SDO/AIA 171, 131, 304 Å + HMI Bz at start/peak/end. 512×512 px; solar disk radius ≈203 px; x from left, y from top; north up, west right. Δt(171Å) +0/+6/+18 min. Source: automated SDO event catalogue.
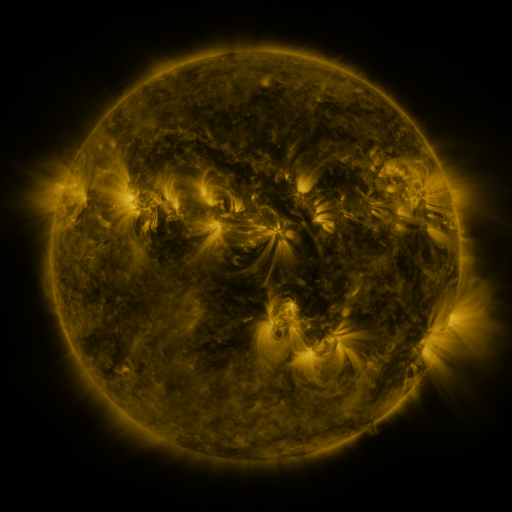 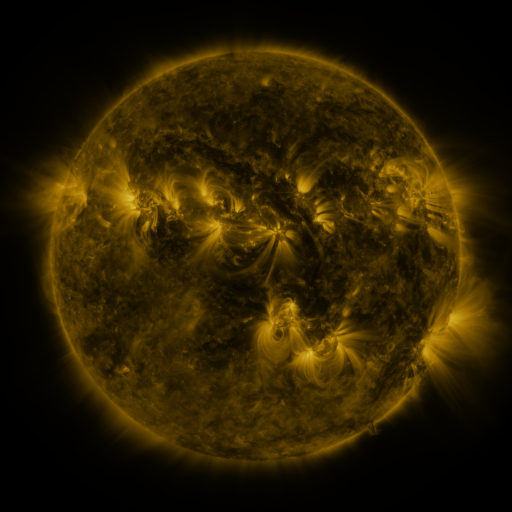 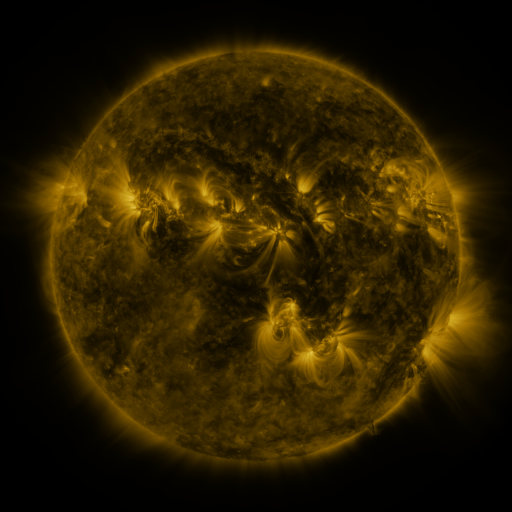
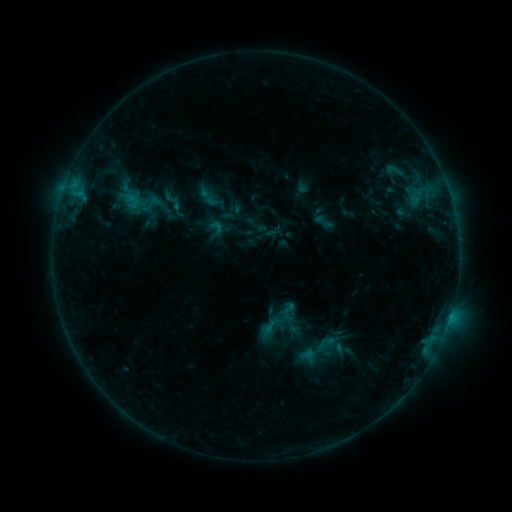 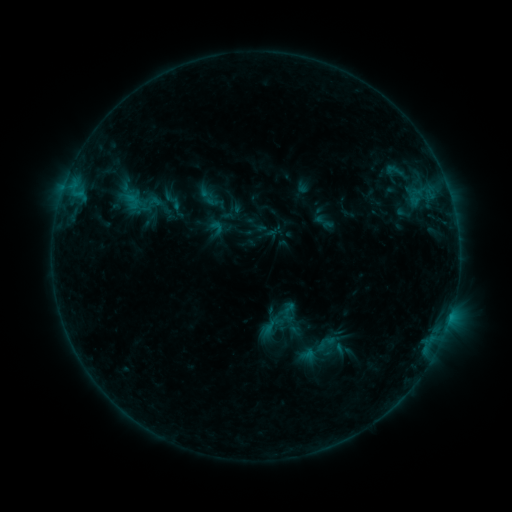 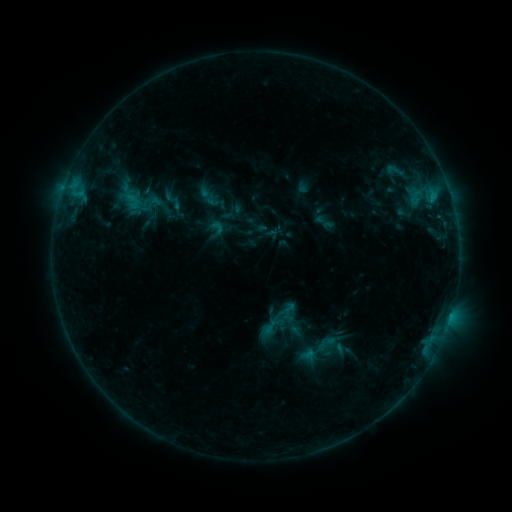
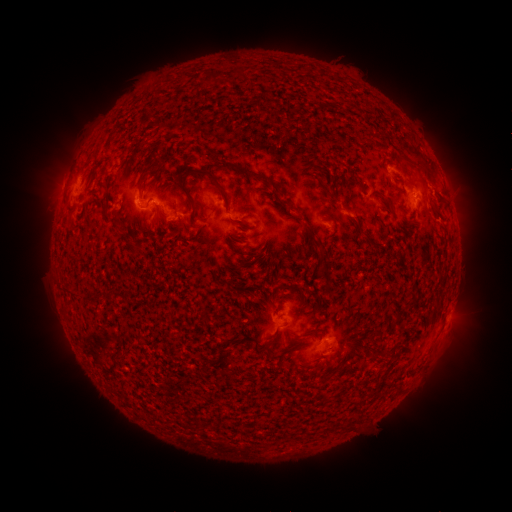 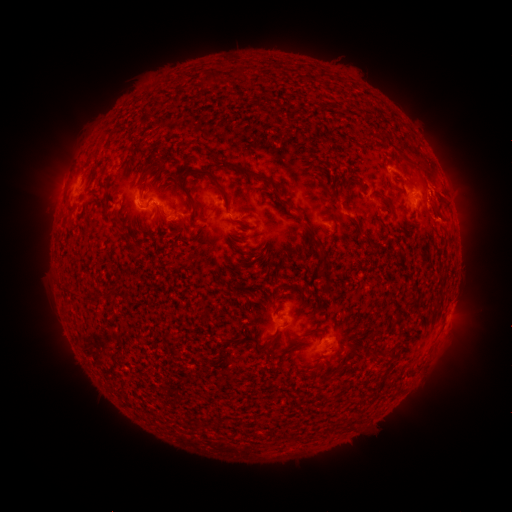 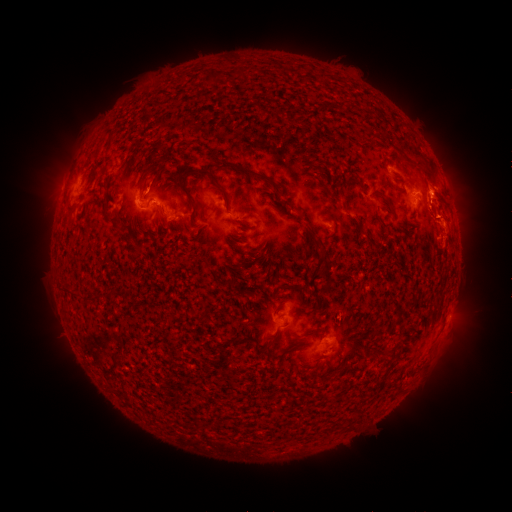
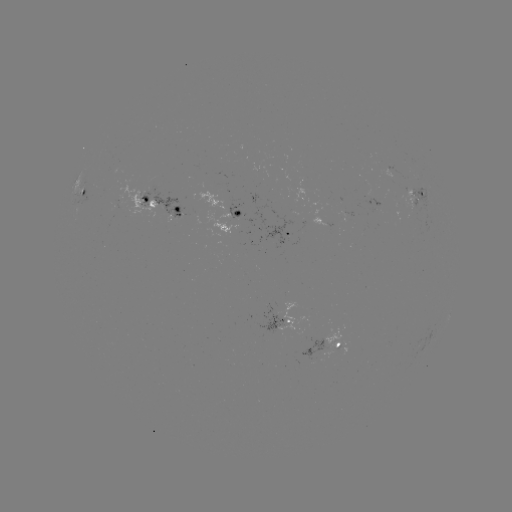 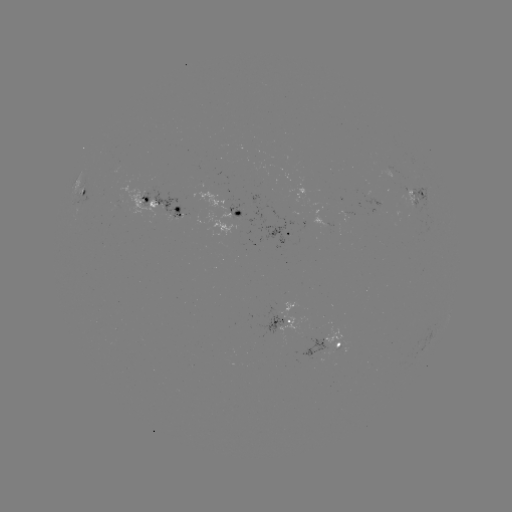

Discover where eruption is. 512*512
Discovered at (450, 222).